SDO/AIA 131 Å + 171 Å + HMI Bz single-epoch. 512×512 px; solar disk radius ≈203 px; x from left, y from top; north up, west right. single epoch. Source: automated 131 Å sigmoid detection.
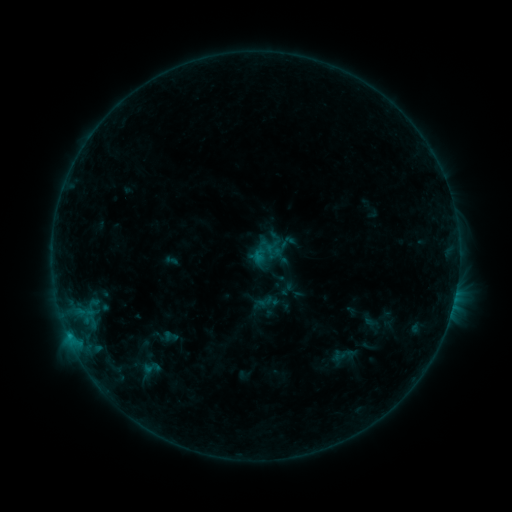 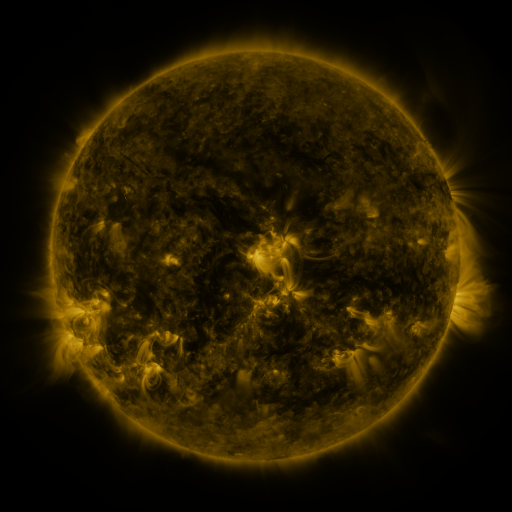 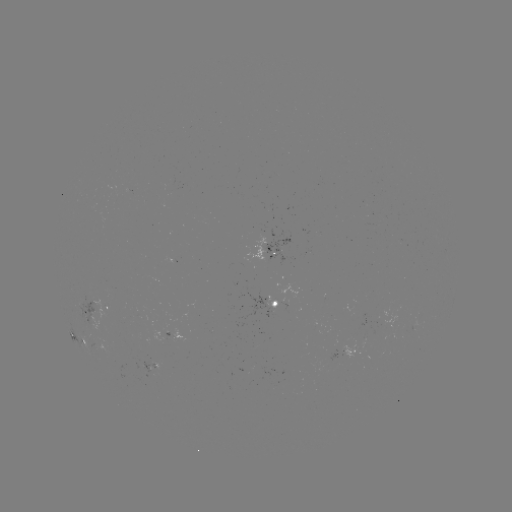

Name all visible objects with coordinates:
sigmoid: (151, 368)
